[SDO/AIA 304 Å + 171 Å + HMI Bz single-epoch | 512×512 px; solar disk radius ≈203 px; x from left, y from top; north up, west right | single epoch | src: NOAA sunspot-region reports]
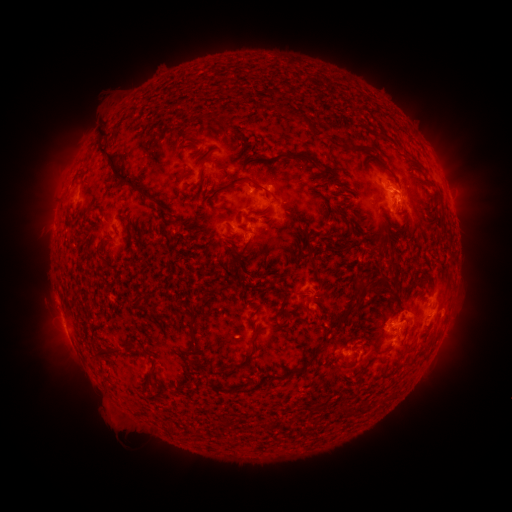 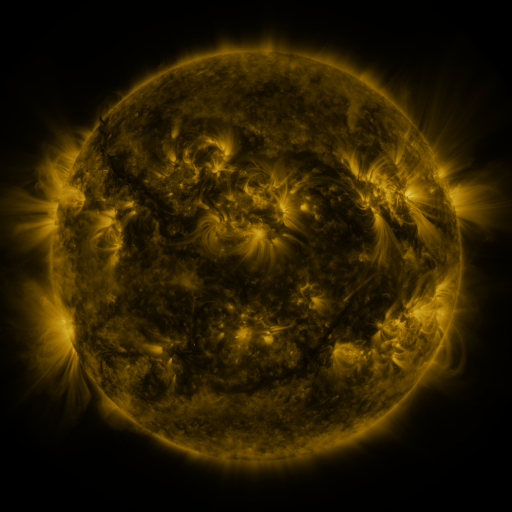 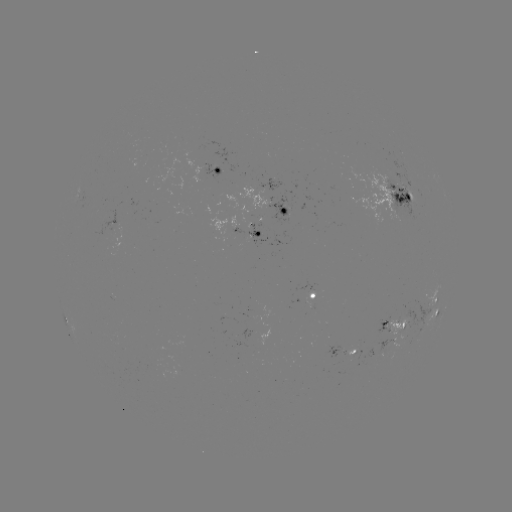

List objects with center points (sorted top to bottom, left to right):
spotted active region: (217, 176)
spotted active region: (400, 200)
spotted active region: (290, 210)
spotted active region: (248, 239)
spotted active region: (314, 298)
spotted active region: (439, 305)
spotted active region: (393, 326)
spotted active region: (344, 354)
